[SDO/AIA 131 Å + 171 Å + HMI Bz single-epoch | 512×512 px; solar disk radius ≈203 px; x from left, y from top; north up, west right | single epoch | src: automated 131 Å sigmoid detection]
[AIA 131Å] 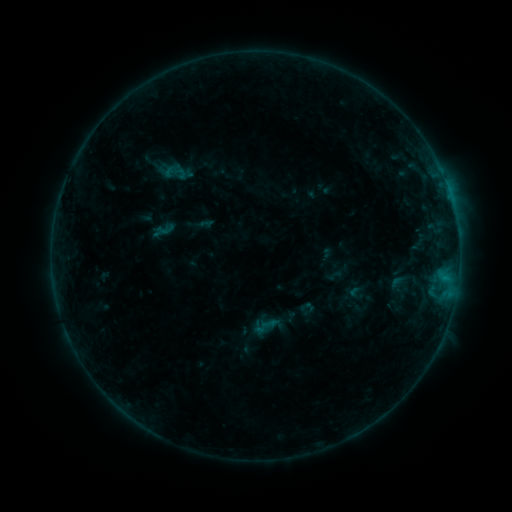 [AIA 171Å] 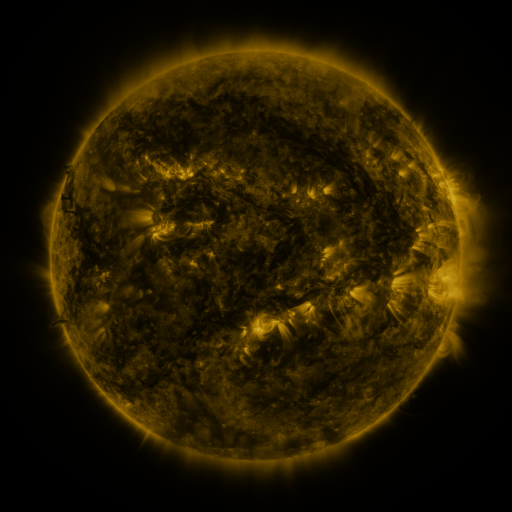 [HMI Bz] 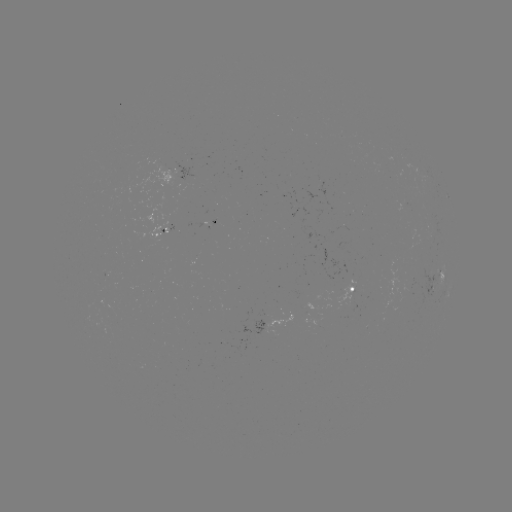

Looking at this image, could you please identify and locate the sigmoid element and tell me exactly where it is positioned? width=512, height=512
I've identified sigmoid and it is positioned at (175, 171).